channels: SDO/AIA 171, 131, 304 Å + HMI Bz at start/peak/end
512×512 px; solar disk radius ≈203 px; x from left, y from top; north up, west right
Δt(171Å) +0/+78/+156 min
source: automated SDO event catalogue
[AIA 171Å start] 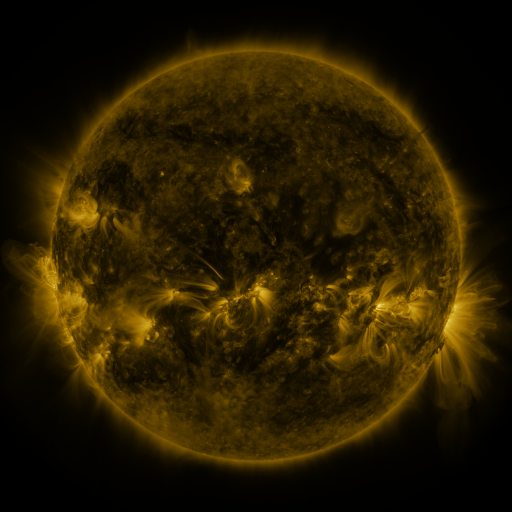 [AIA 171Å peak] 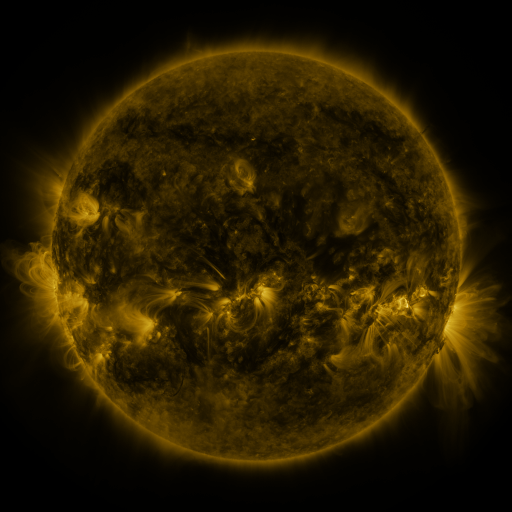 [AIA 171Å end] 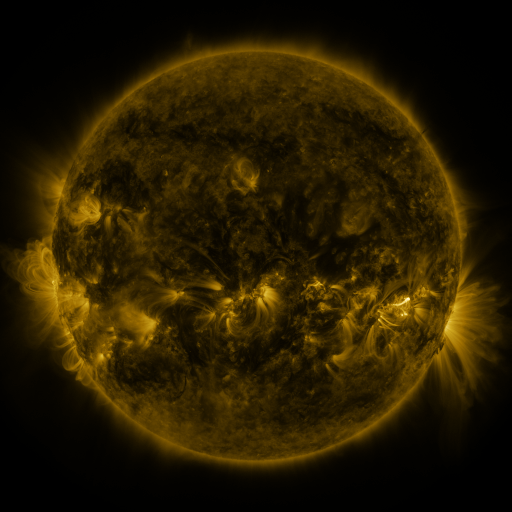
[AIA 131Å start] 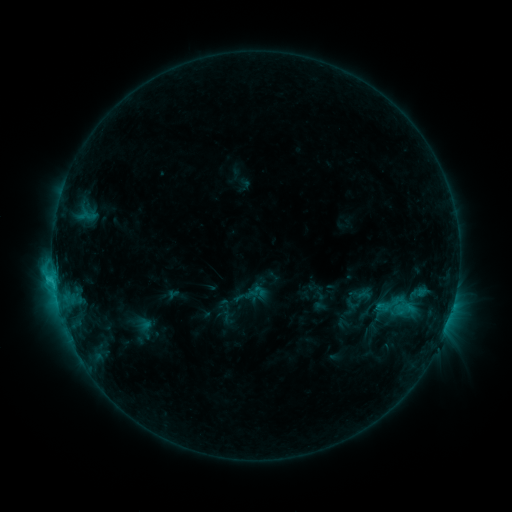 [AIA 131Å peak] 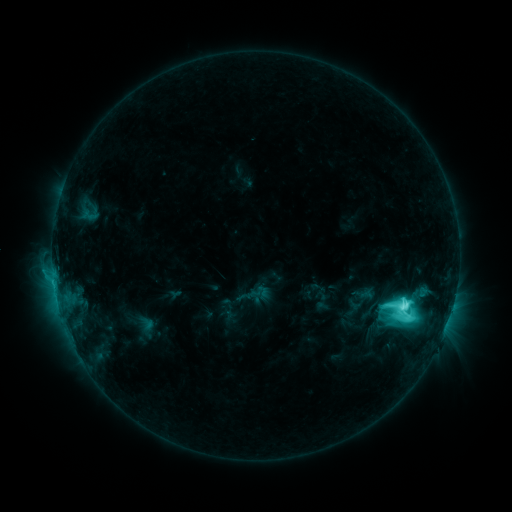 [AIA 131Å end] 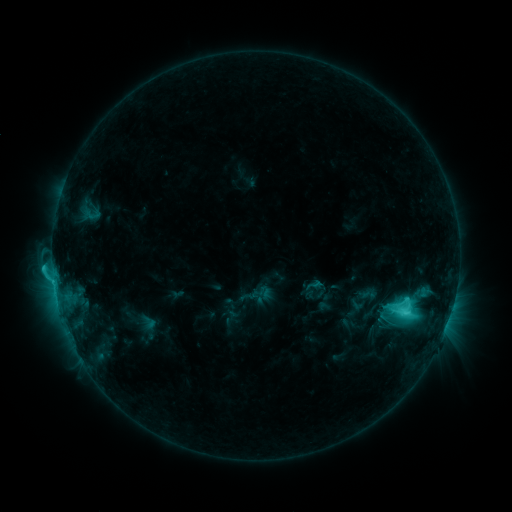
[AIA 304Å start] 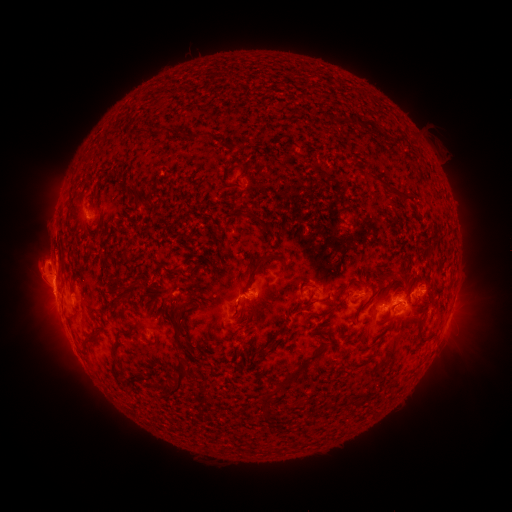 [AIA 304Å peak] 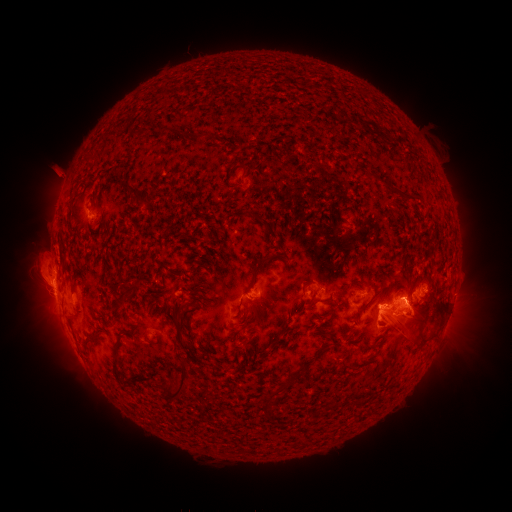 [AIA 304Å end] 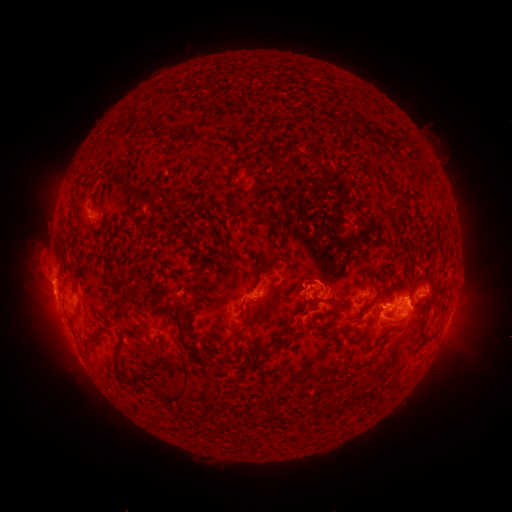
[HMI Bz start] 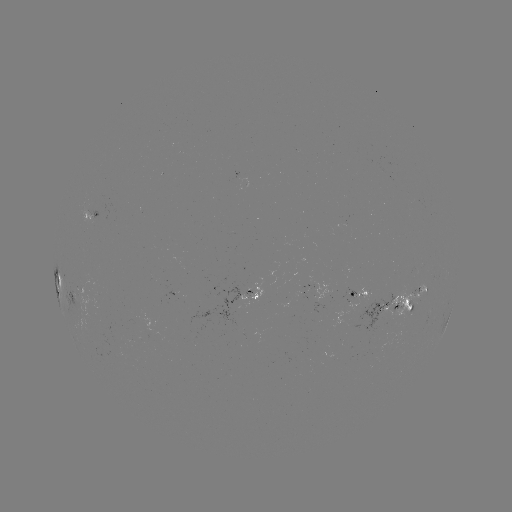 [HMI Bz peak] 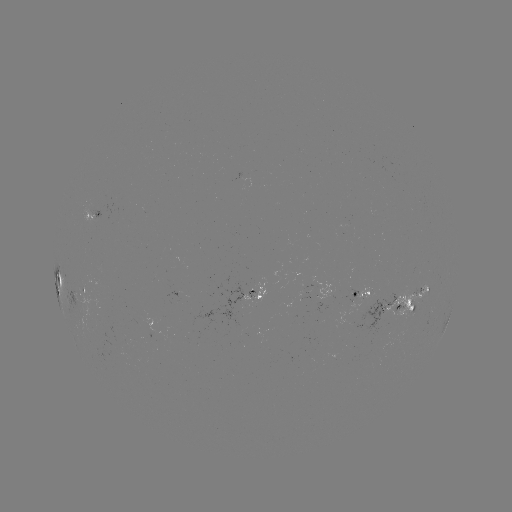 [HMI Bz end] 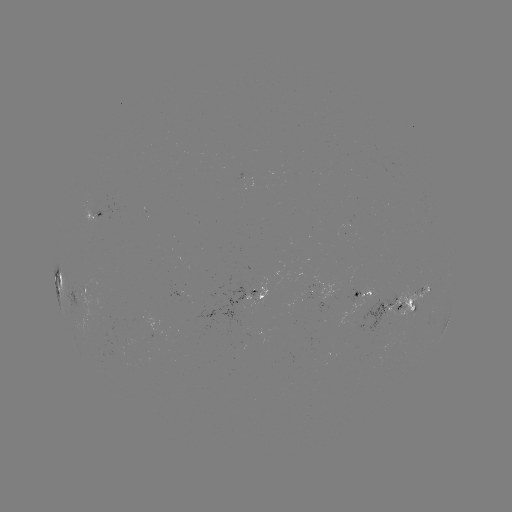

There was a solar filament eruption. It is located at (417, 322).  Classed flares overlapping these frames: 1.